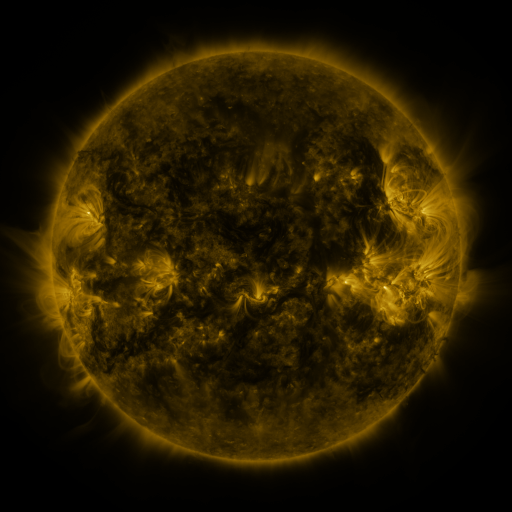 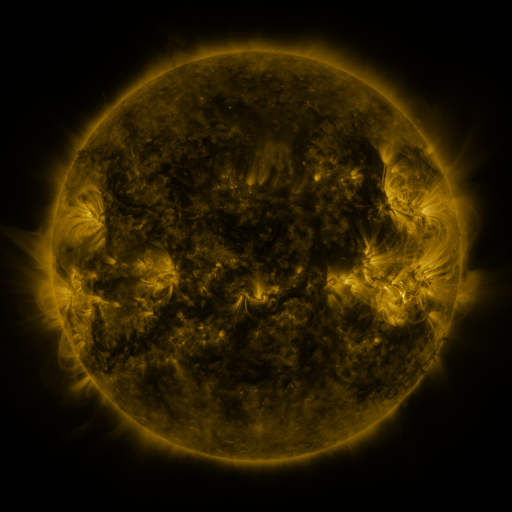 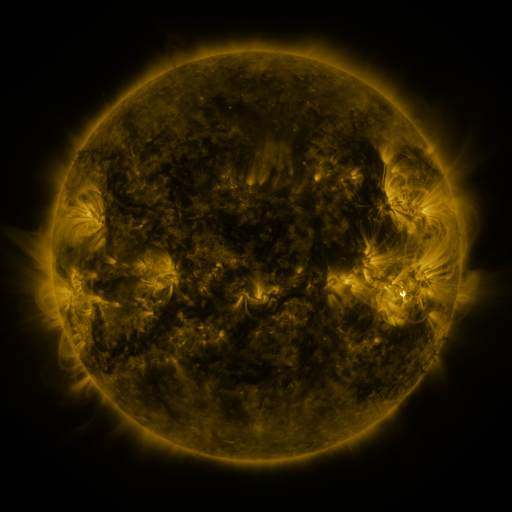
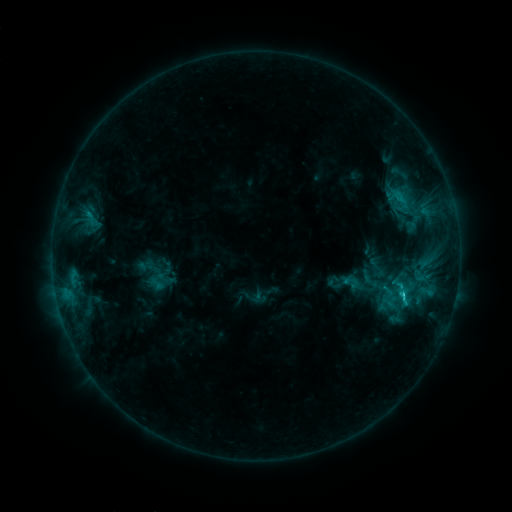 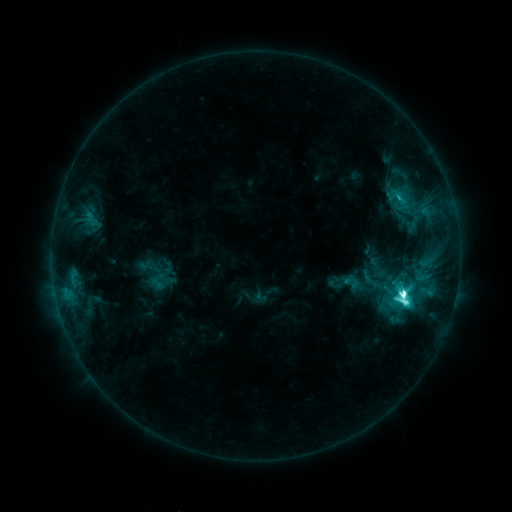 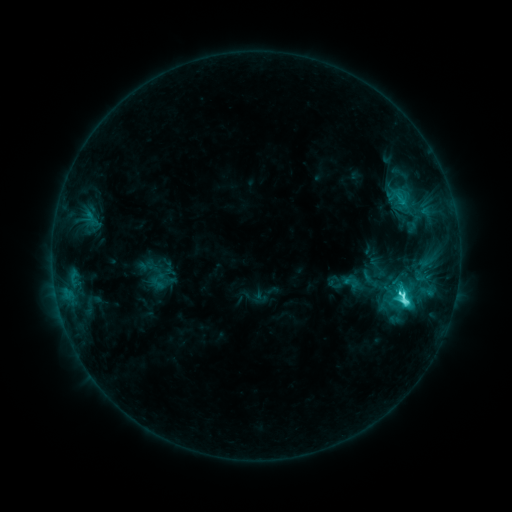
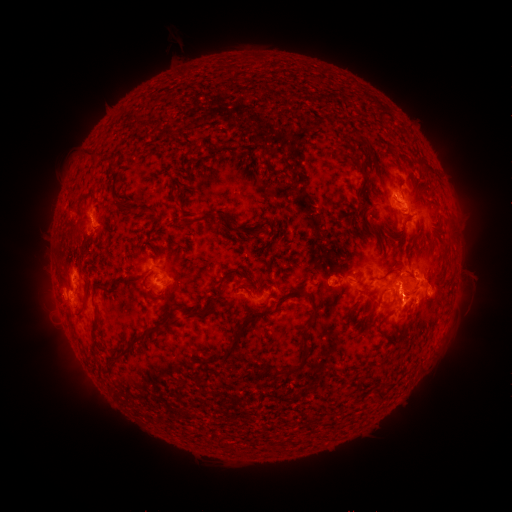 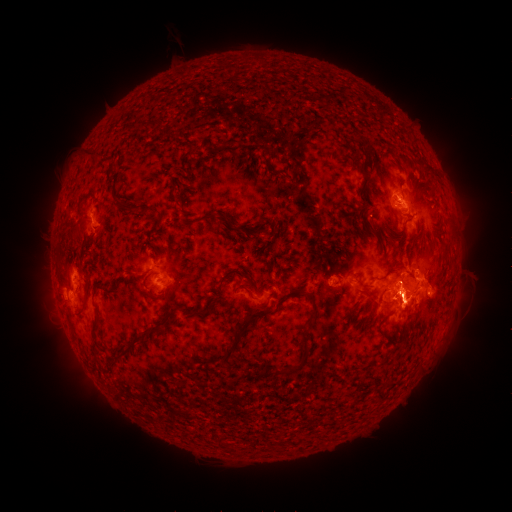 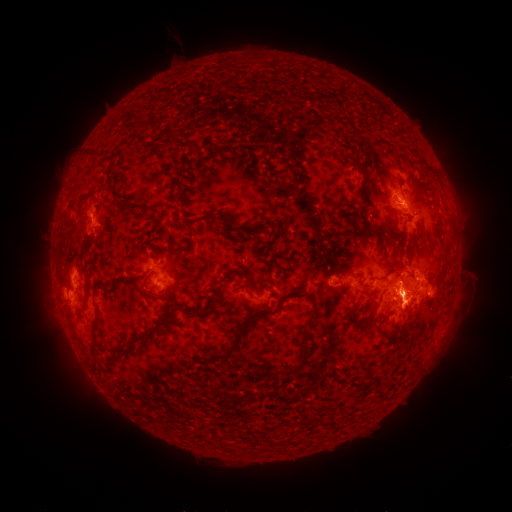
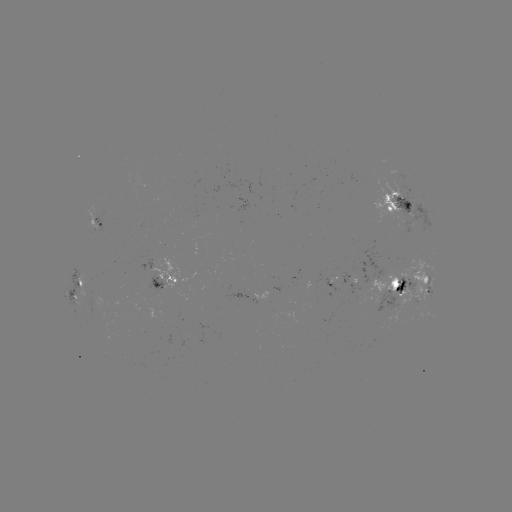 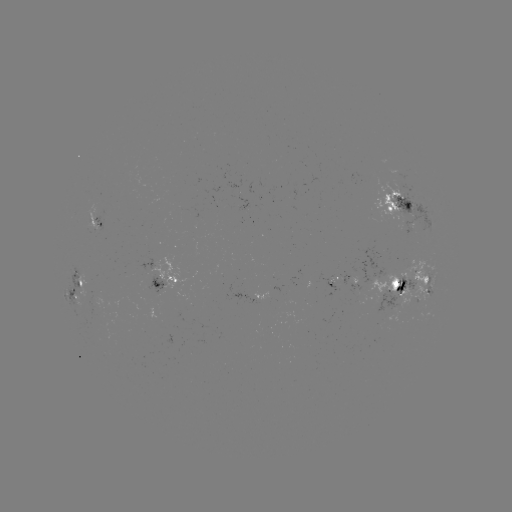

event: flare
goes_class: M1.5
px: (402, 293)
